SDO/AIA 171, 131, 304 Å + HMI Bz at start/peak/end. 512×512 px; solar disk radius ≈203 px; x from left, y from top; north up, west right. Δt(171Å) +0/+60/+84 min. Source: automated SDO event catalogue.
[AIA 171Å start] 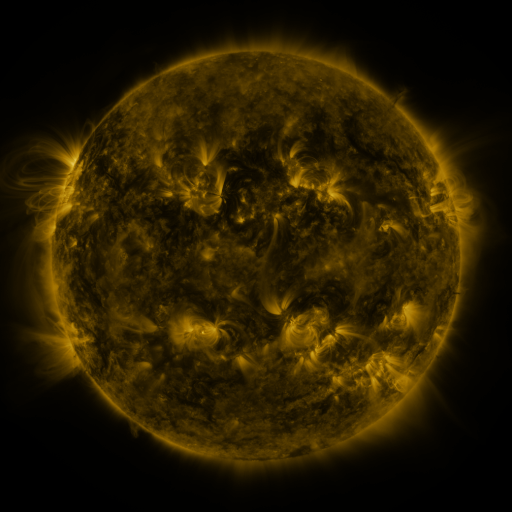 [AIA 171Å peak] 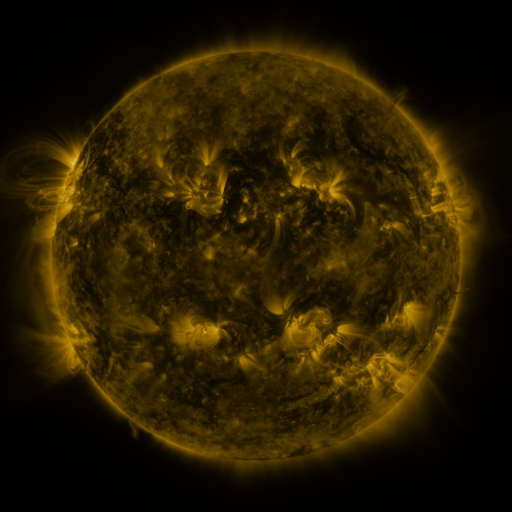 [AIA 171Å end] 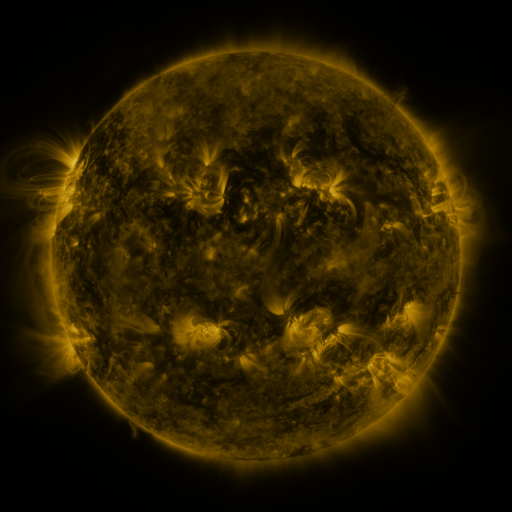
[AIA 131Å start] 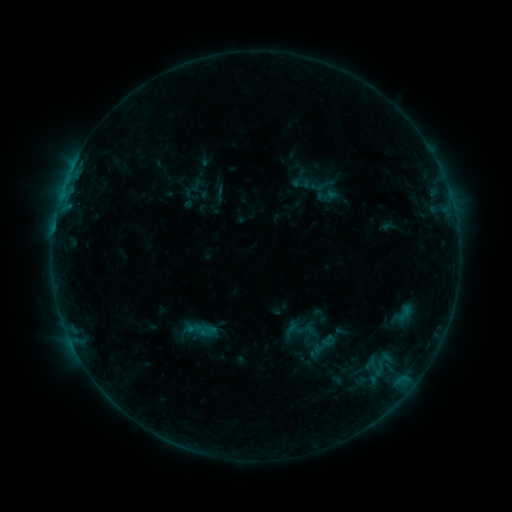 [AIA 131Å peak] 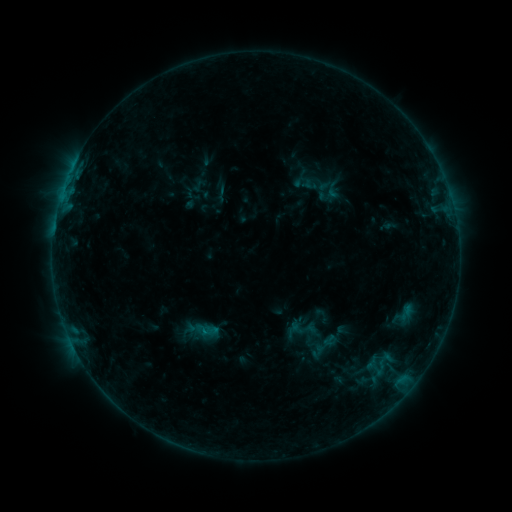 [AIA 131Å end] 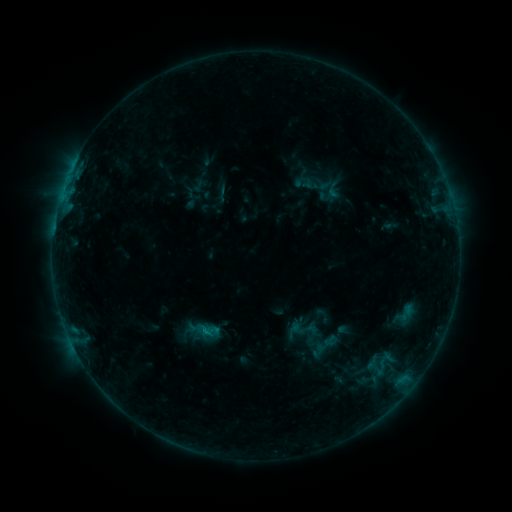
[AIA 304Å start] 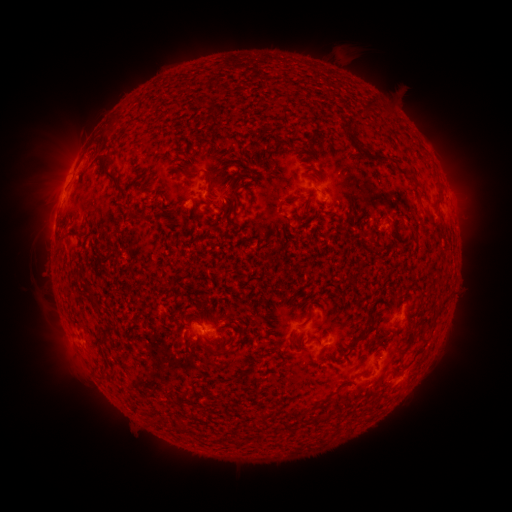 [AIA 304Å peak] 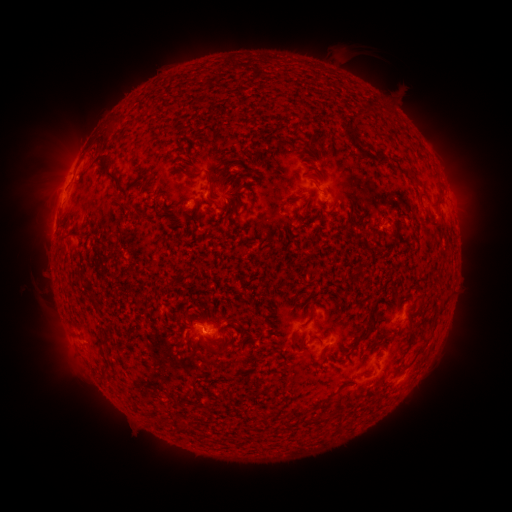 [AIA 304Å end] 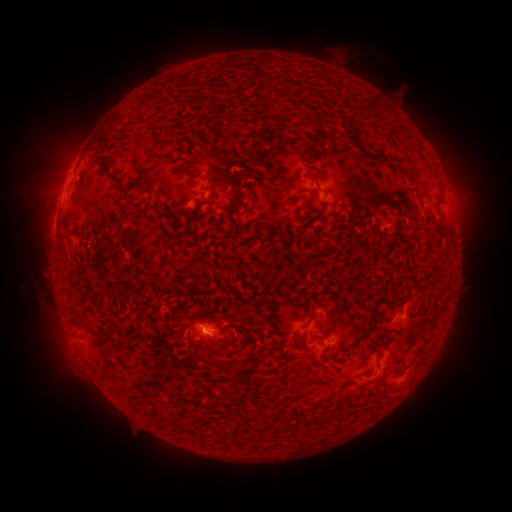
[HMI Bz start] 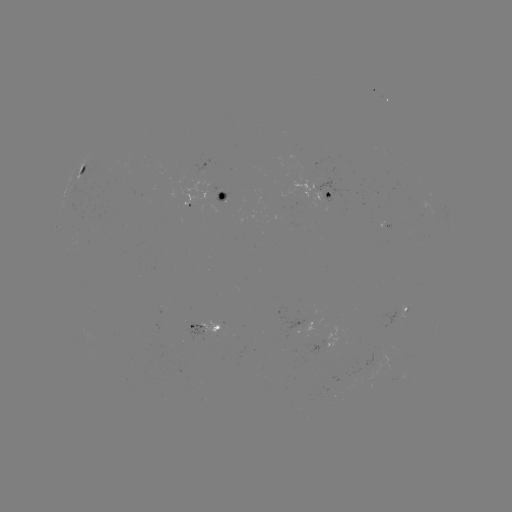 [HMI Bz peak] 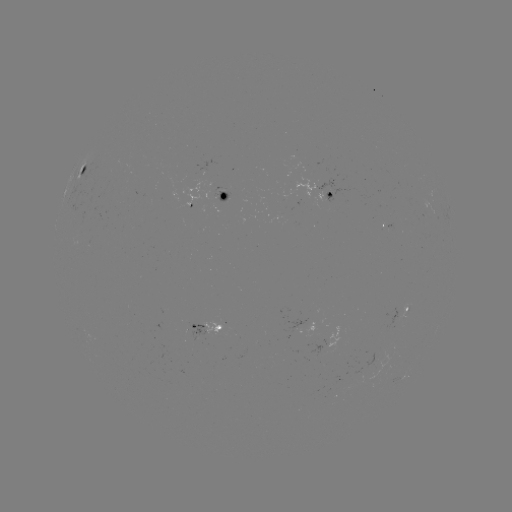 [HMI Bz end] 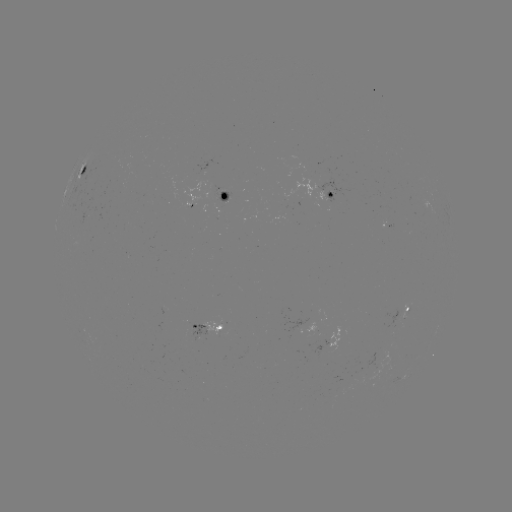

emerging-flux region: [183, 324, 206, 341]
